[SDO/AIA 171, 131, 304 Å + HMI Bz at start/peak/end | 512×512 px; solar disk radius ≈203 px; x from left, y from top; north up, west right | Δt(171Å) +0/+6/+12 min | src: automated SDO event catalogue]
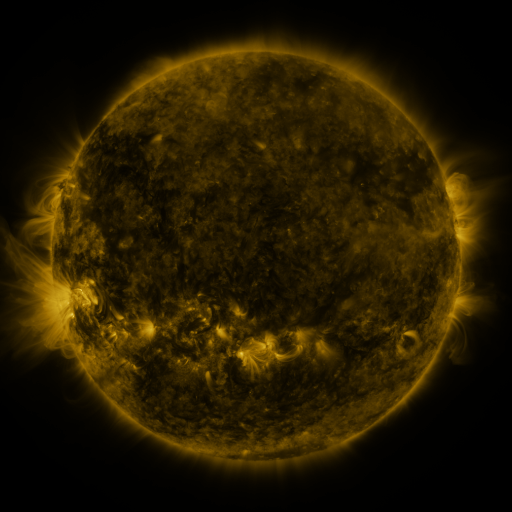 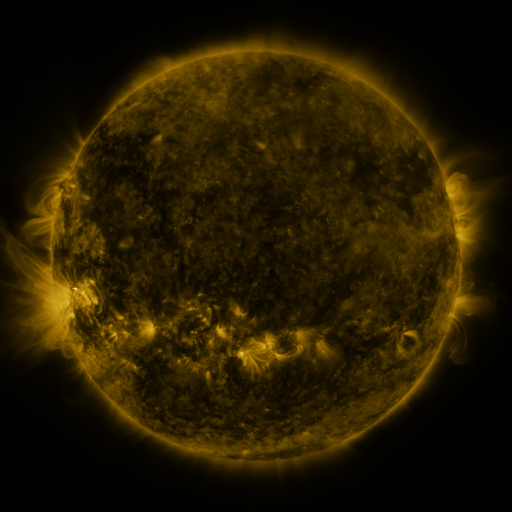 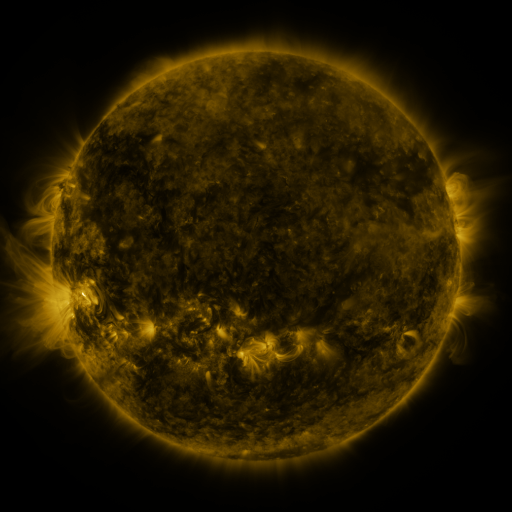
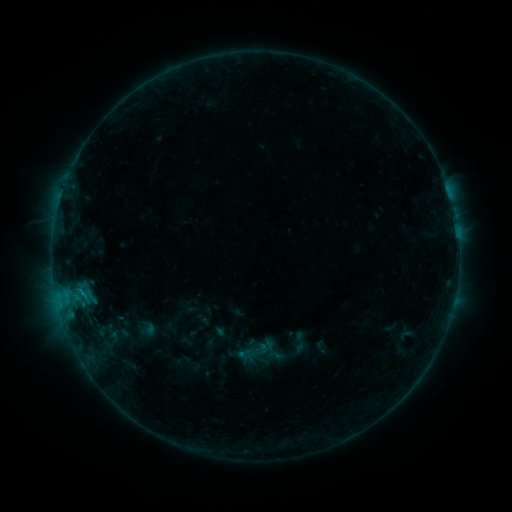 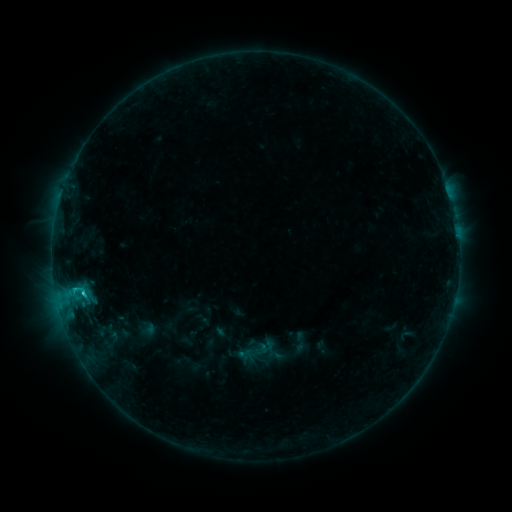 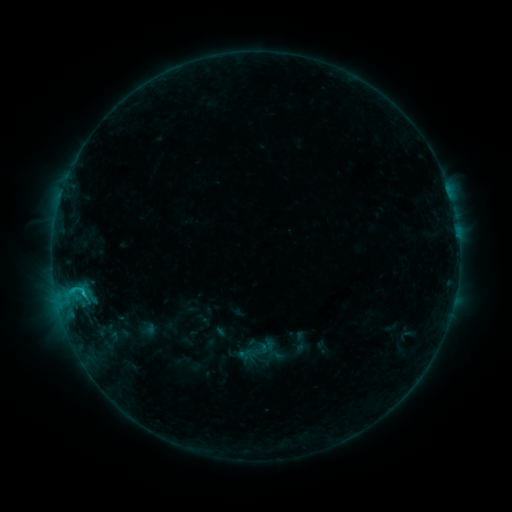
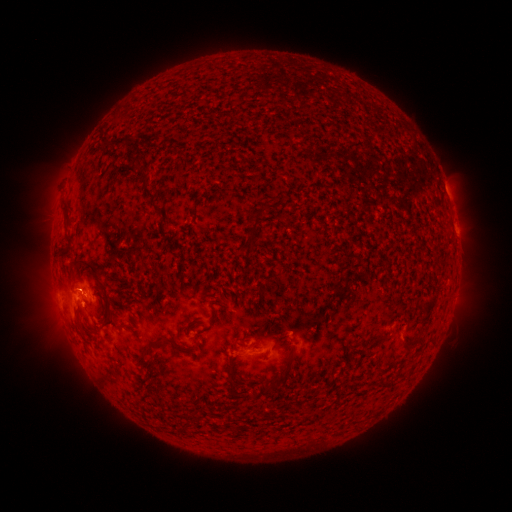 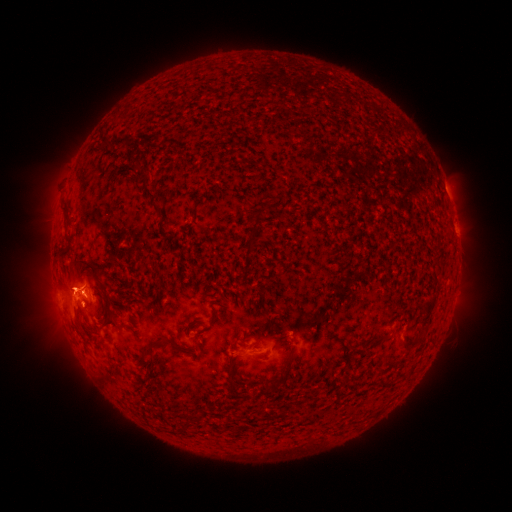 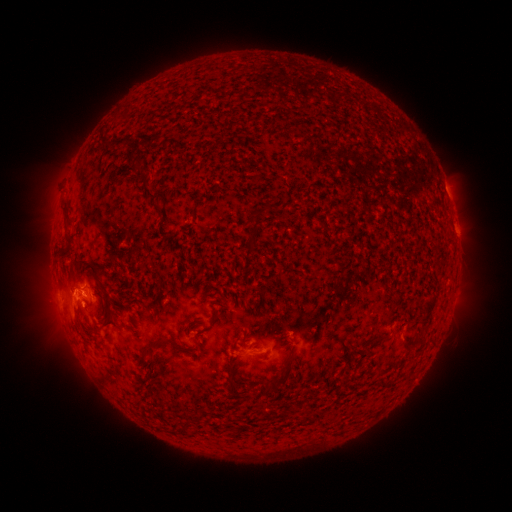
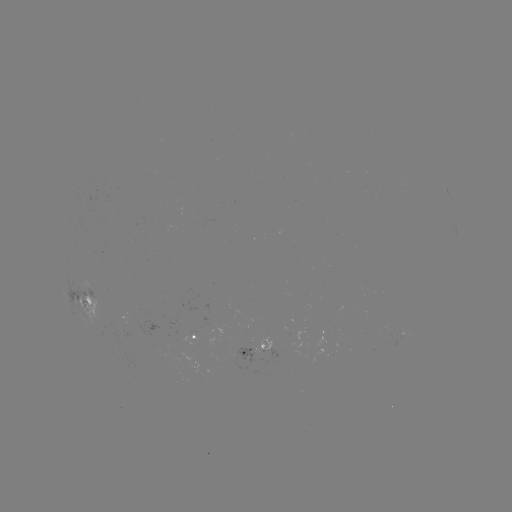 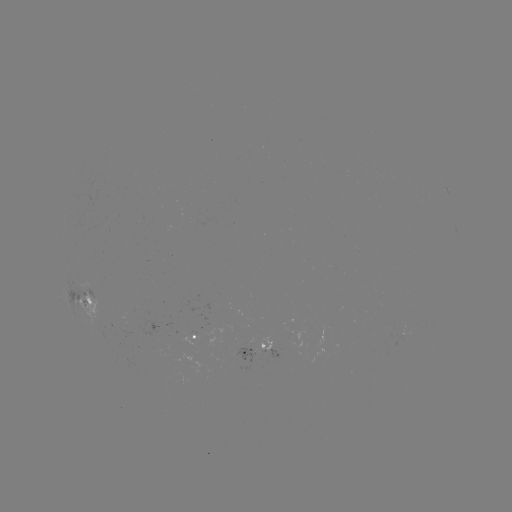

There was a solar eruption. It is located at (77, 281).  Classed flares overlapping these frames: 1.